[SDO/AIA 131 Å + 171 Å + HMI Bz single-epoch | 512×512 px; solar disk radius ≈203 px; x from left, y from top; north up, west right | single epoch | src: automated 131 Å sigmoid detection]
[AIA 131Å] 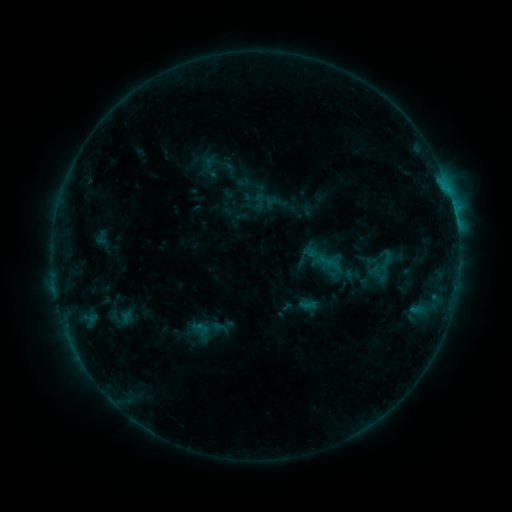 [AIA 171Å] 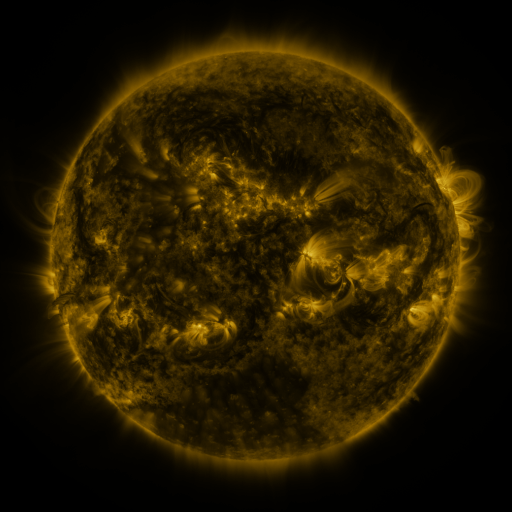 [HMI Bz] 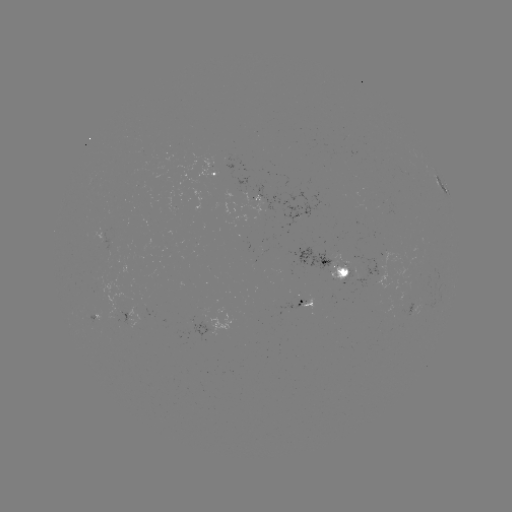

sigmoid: [251, 193, 267, 208]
